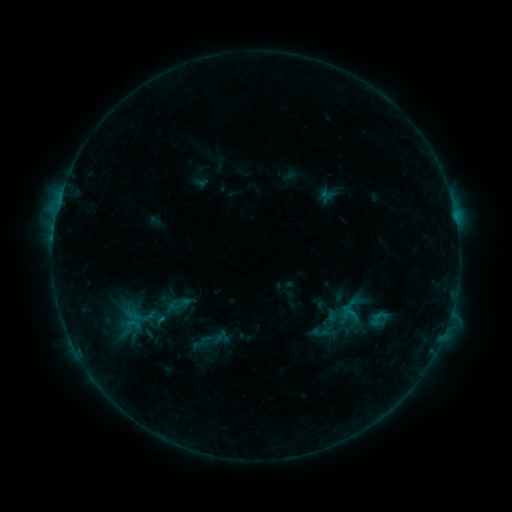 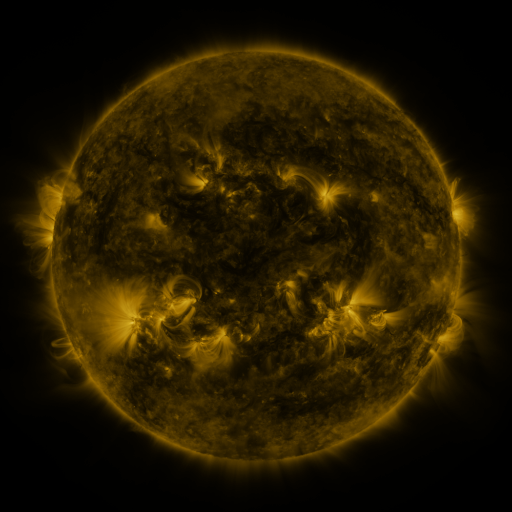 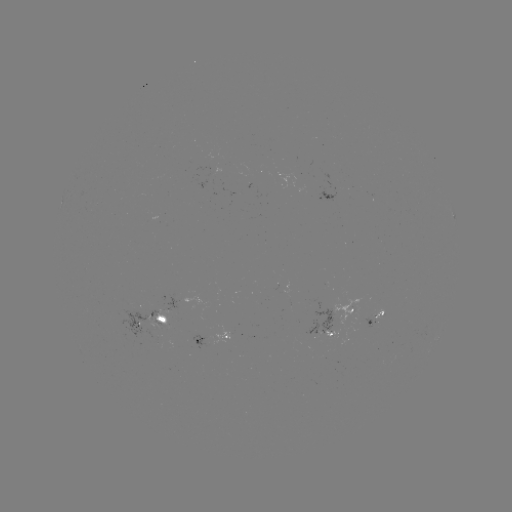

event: sigmoid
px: (140, 319)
